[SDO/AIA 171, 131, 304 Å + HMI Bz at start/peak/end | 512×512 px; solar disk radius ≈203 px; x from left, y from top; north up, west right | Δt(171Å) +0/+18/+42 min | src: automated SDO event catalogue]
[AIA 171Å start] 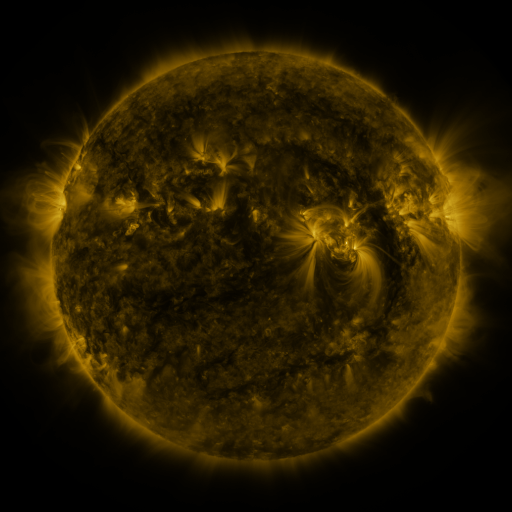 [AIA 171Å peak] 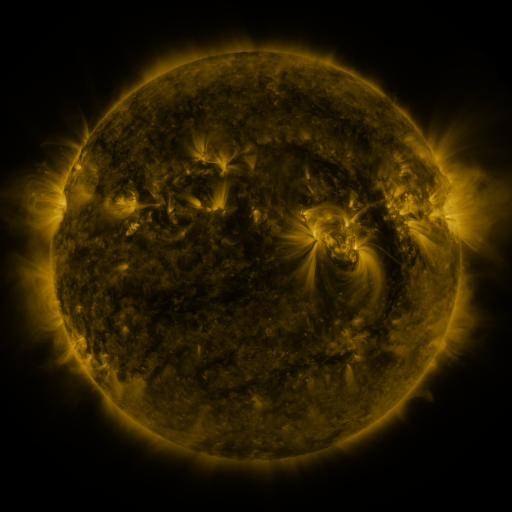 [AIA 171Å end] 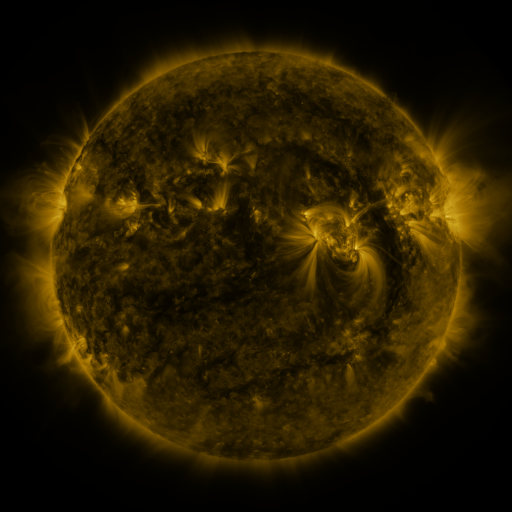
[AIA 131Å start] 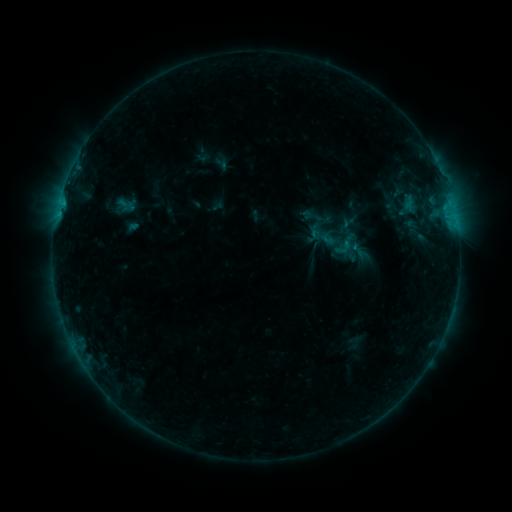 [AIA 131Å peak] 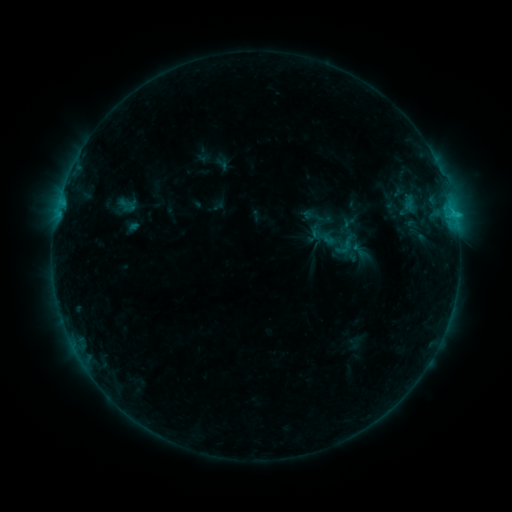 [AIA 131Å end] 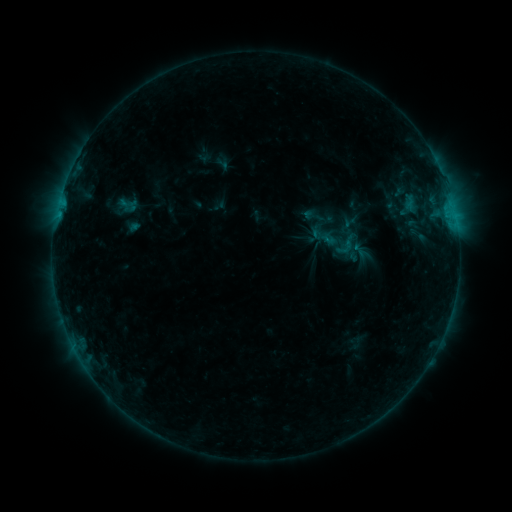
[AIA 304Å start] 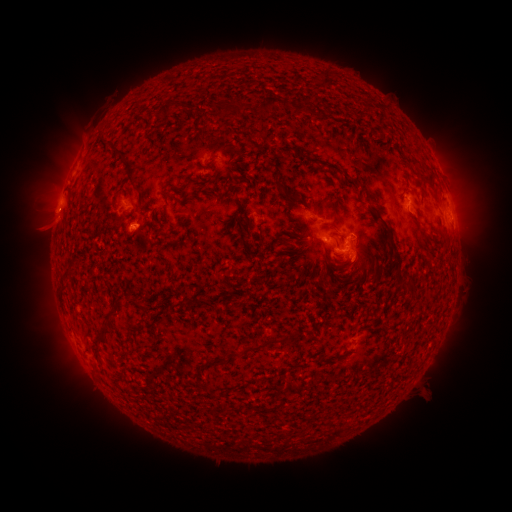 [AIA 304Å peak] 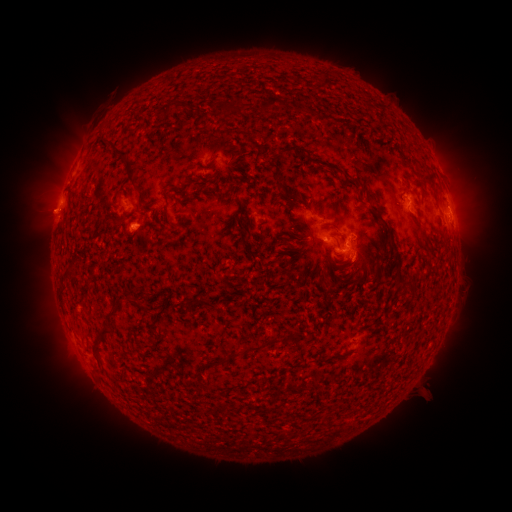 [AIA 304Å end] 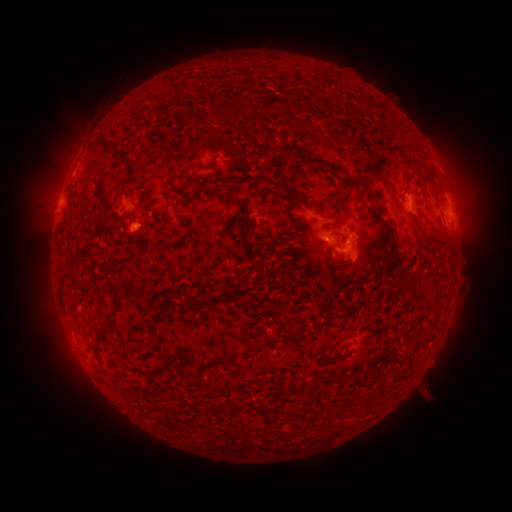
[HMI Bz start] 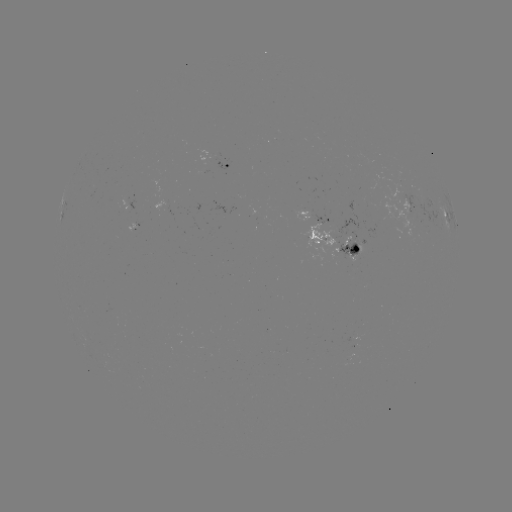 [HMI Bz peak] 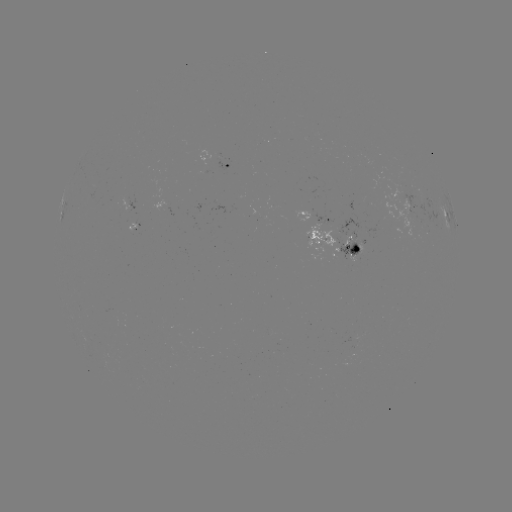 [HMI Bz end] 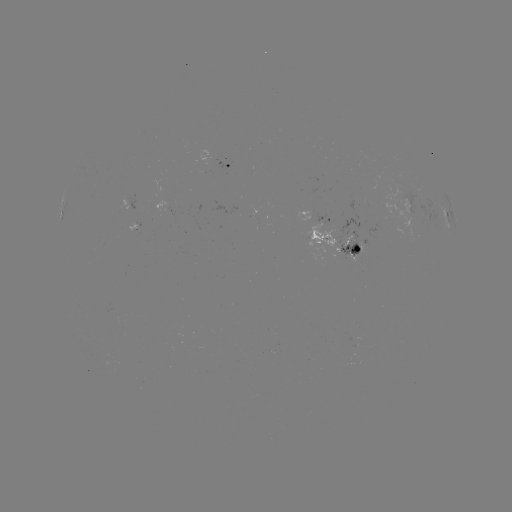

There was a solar flare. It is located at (455, 217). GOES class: B8.3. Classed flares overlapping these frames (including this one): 1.